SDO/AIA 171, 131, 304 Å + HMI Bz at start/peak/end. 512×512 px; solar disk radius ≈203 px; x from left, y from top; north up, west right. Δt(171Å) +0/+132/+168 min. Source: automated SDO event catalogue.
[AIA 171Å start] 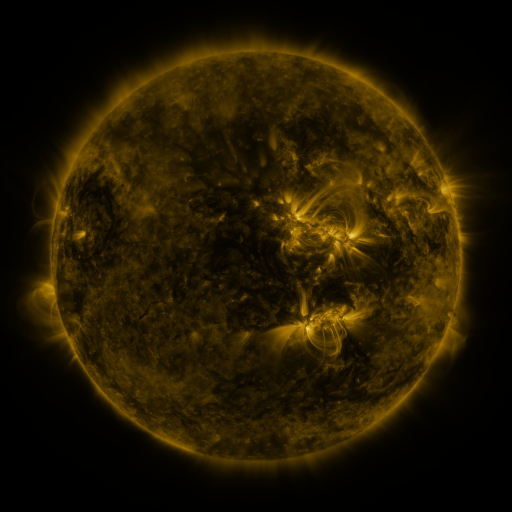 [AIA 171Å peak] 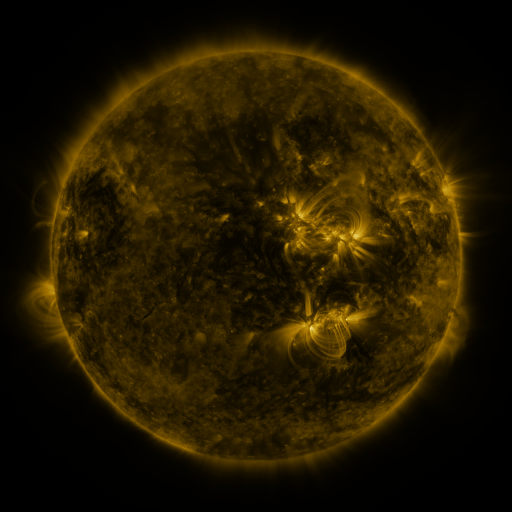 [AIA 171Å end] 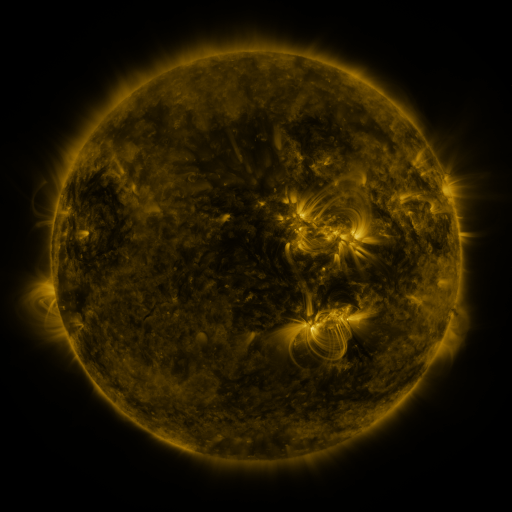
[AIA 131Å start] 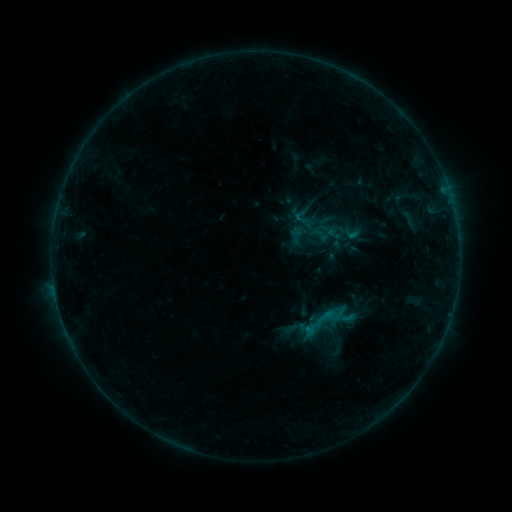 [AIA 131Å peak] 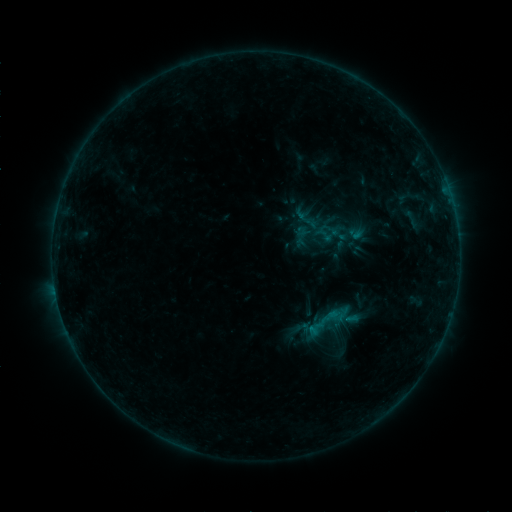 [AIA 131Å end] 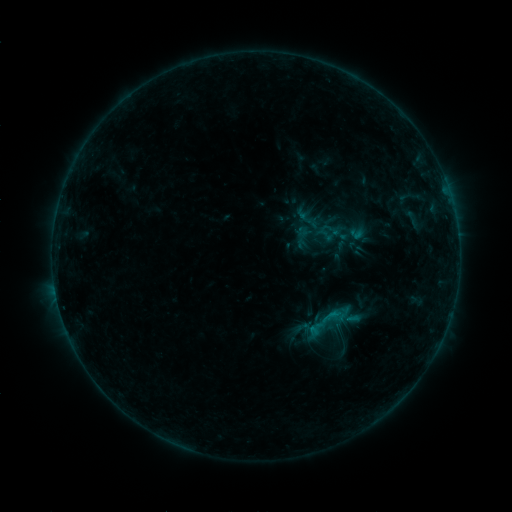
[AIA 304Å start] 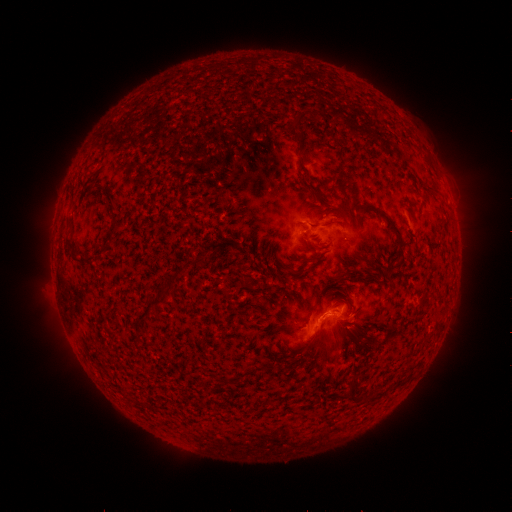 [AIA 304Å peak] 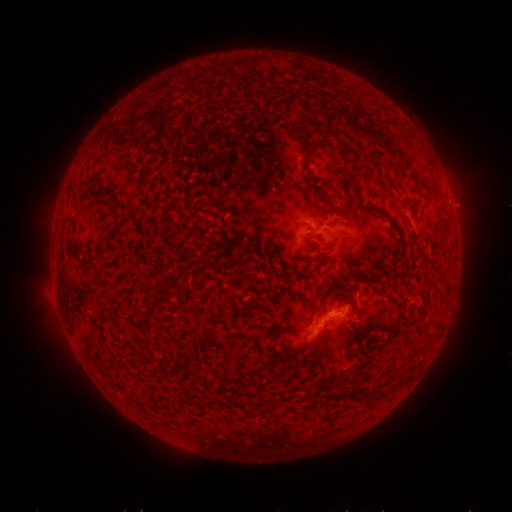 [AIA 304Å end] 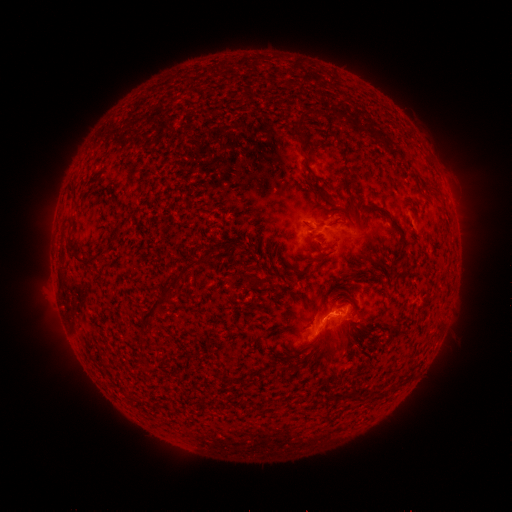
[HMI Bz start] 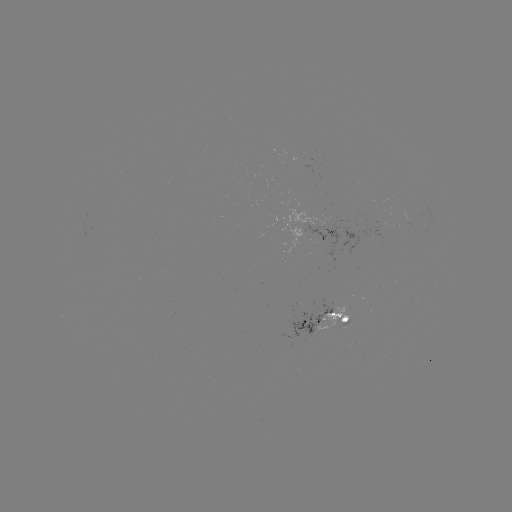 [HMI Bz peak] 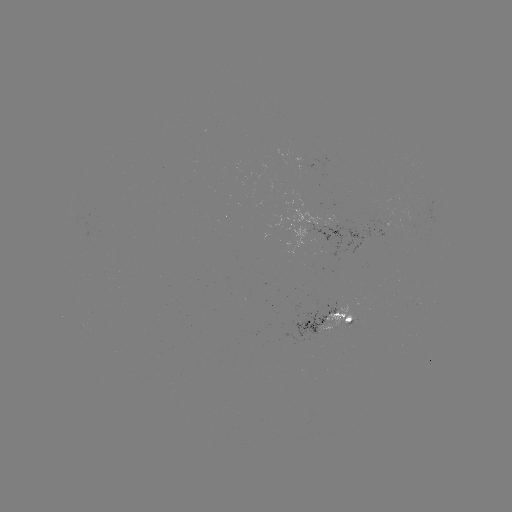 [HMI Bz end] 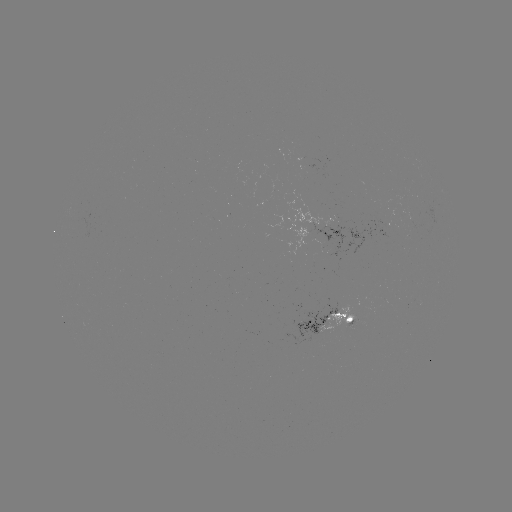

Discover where emerging-flux region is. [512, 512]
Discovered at (334, 244).